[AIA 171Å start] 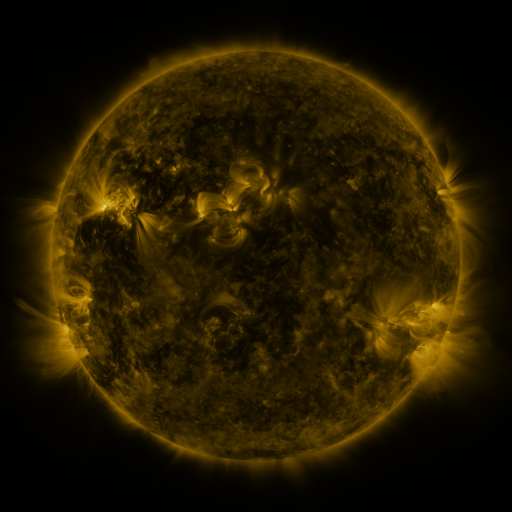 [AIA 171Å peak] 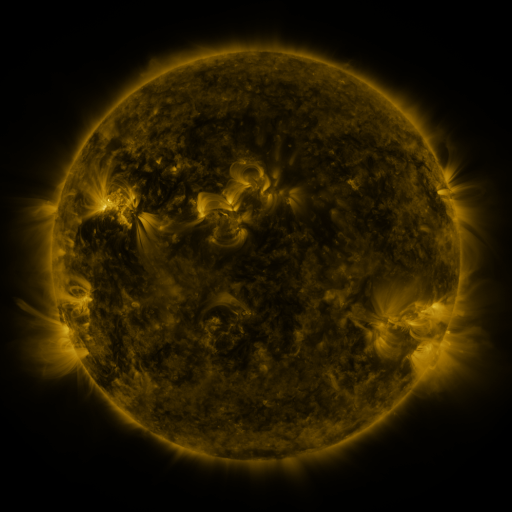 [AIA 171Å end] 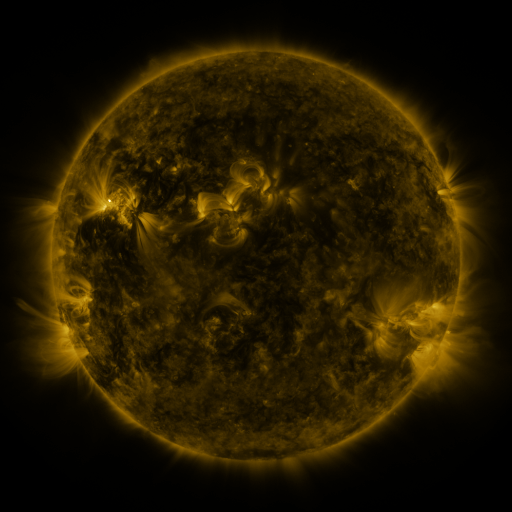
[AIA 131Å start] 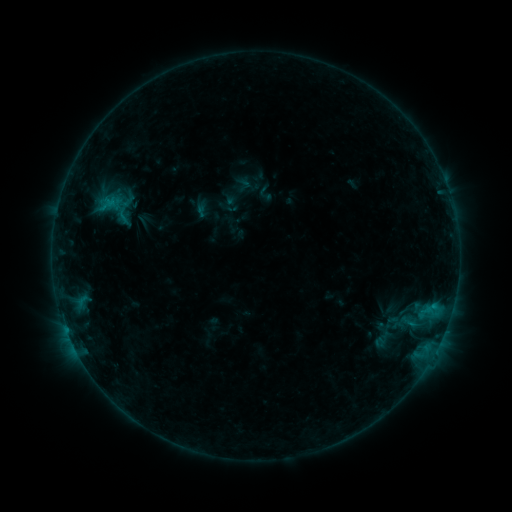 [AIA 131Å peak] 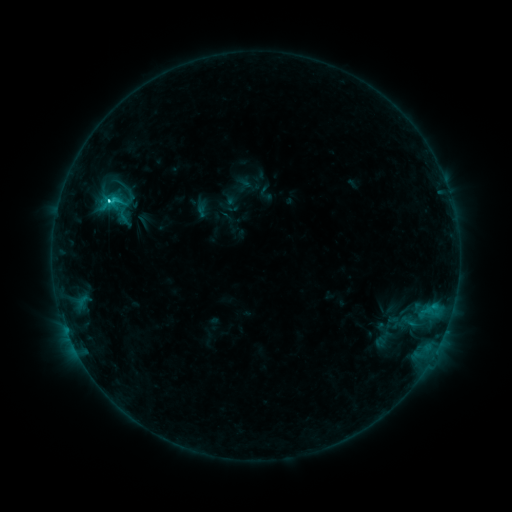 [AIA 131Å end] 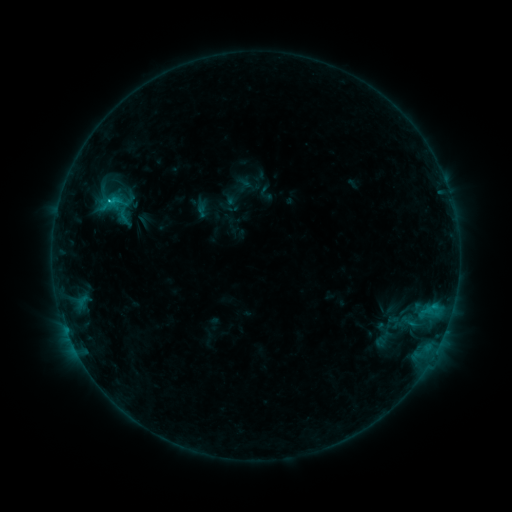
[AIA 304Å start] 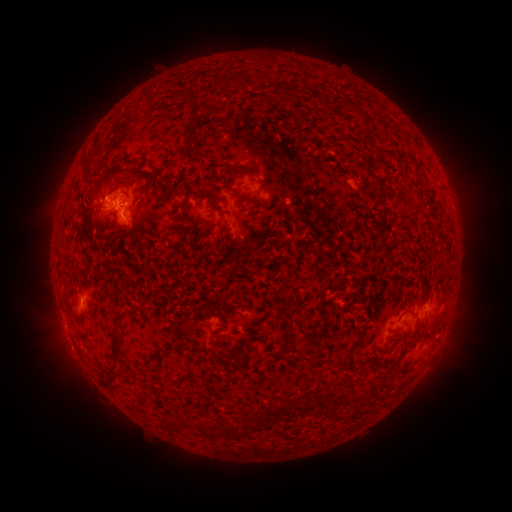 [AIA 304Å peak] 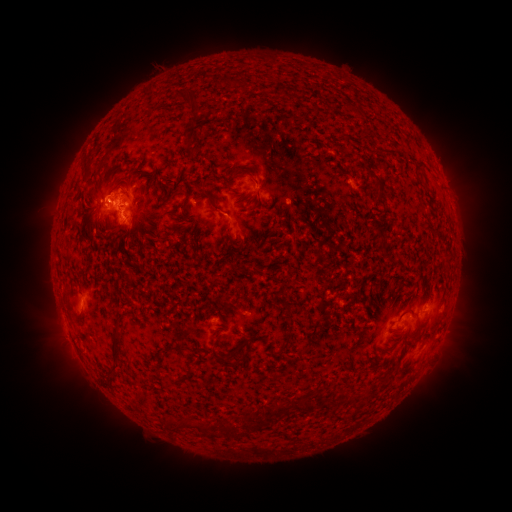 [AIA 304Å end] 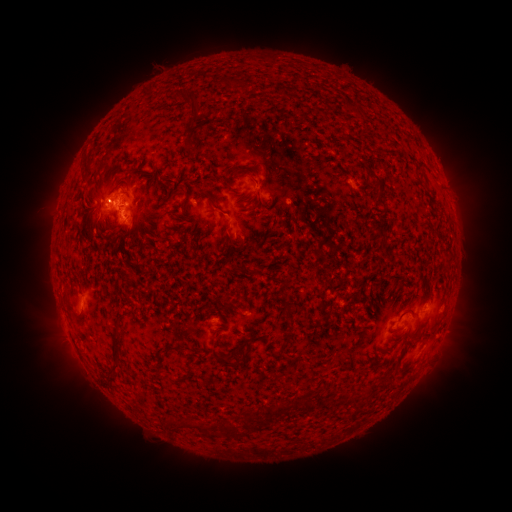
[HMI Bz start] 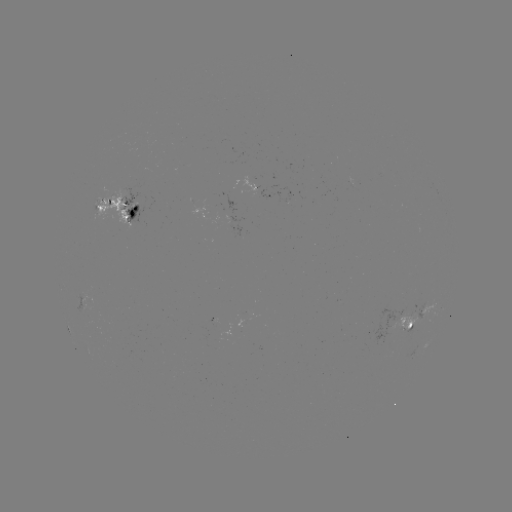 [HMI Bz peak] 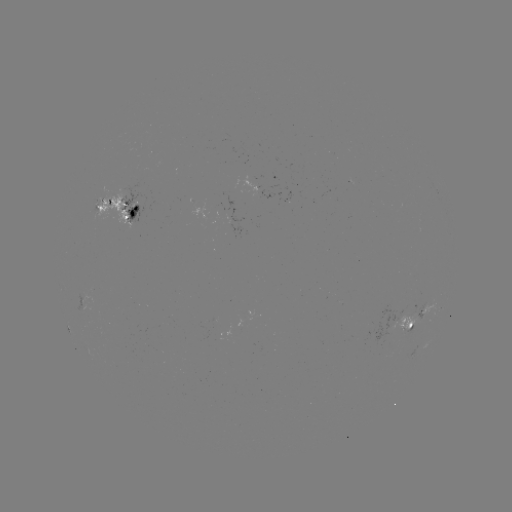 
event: flare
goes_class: C1.9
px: (110, 202)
